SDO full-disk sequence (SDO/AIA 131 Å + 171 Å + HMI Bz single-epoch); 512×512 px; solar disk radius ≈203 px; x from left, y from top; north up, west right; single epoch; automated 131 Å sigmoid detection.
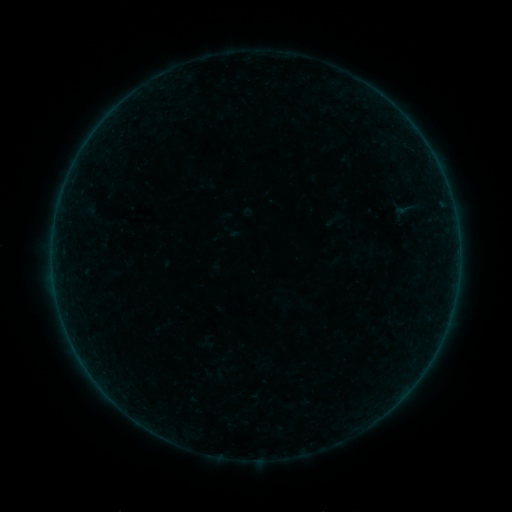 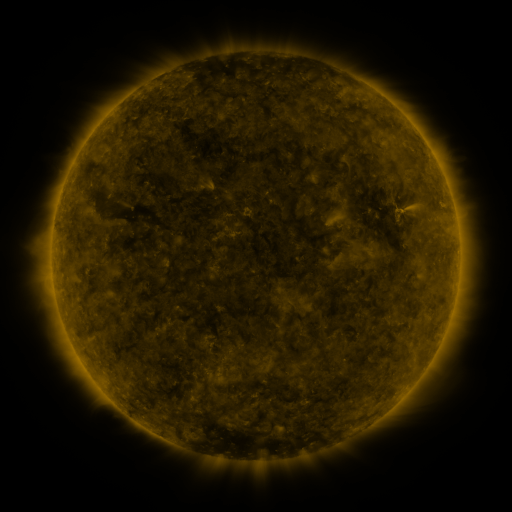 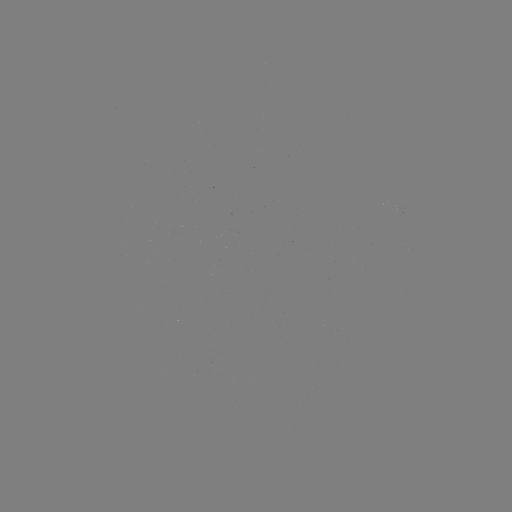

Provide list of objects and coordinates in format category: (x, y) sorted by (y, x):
sigmoid: (405, 209)
